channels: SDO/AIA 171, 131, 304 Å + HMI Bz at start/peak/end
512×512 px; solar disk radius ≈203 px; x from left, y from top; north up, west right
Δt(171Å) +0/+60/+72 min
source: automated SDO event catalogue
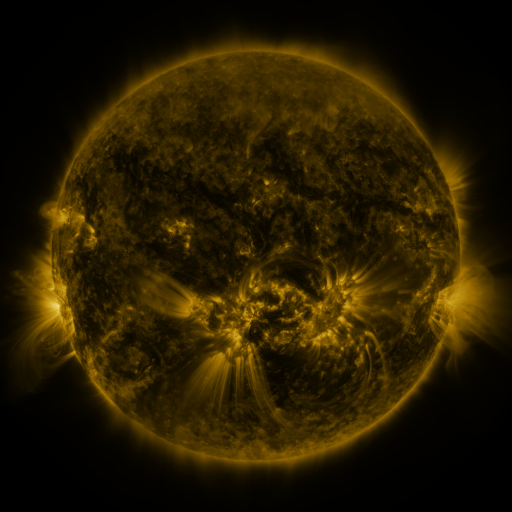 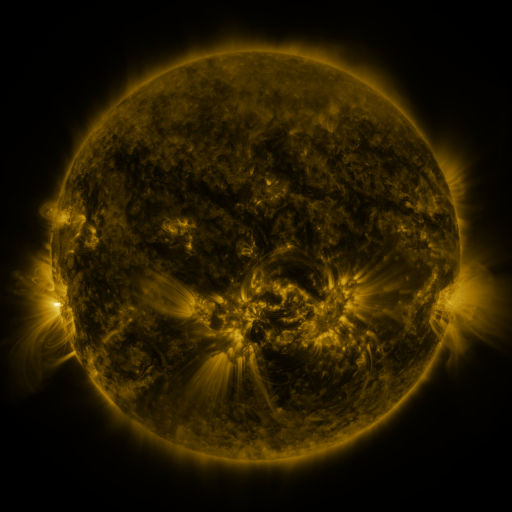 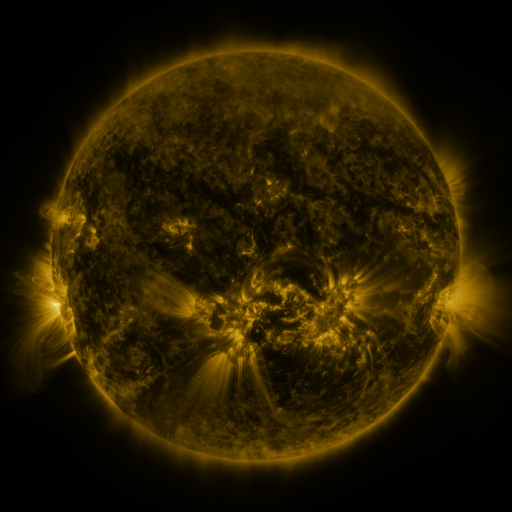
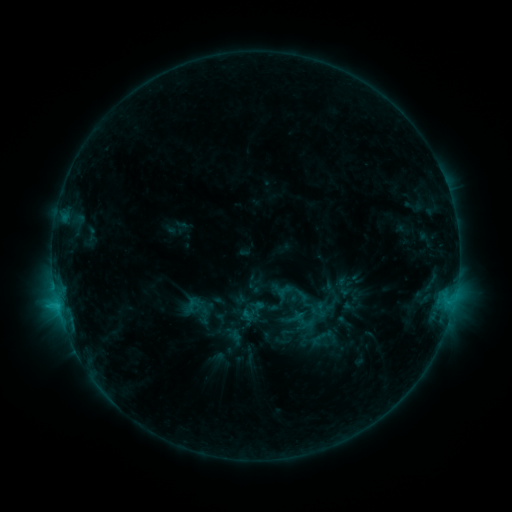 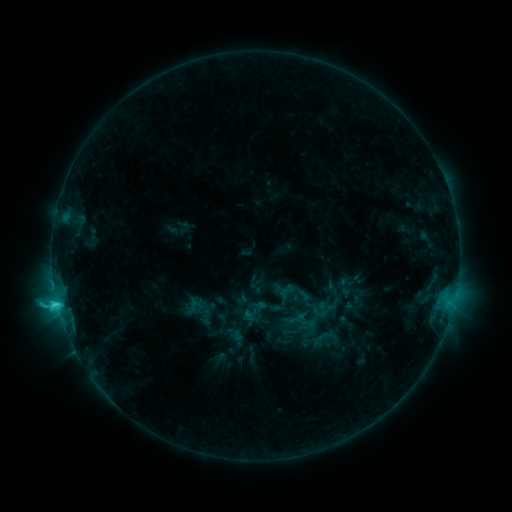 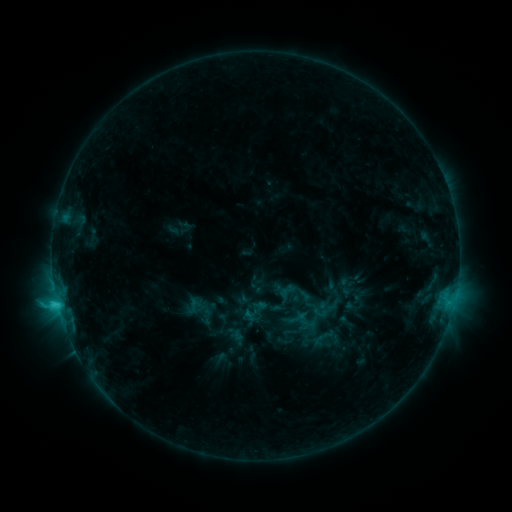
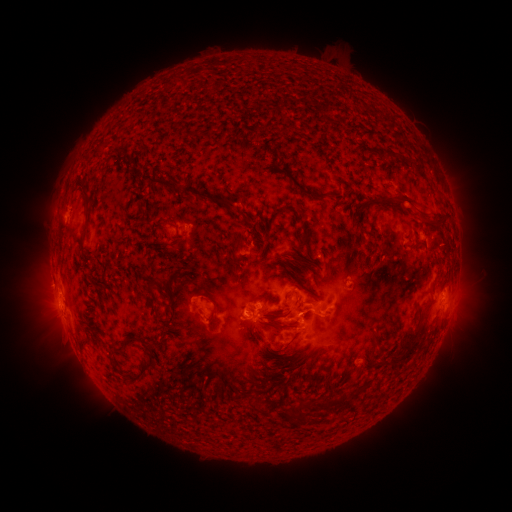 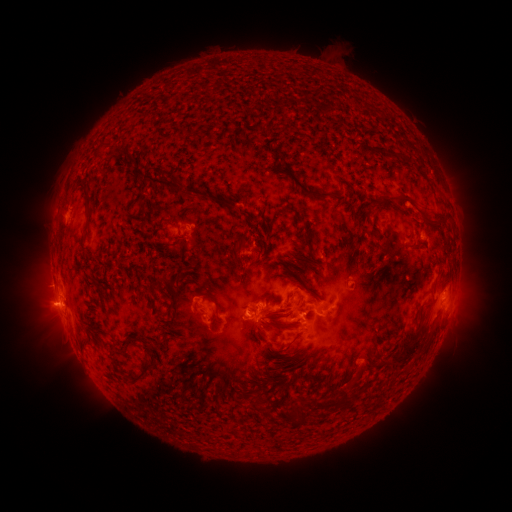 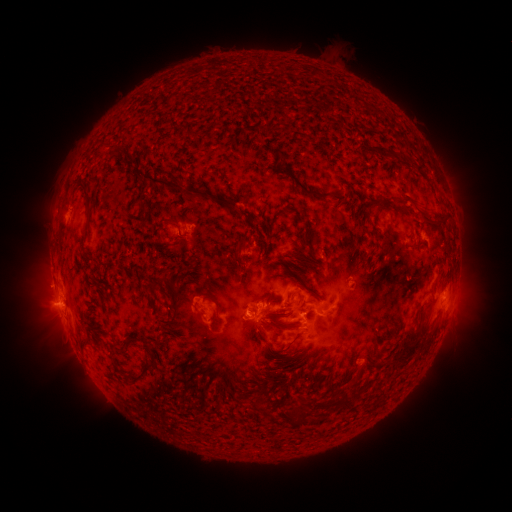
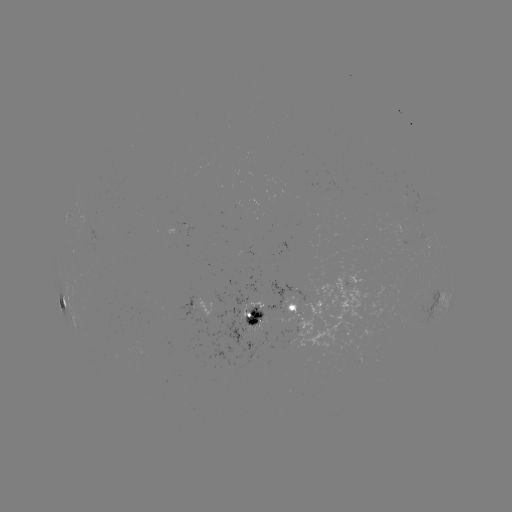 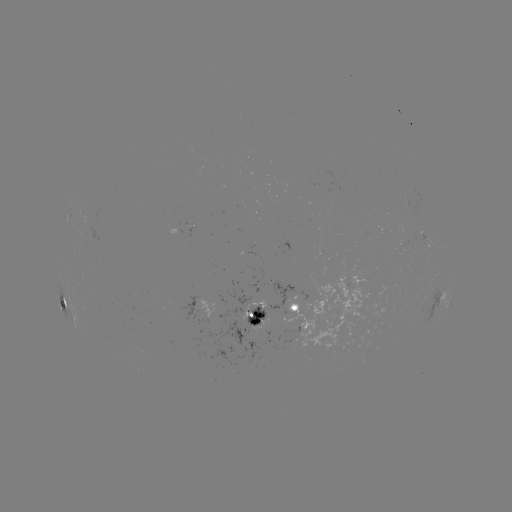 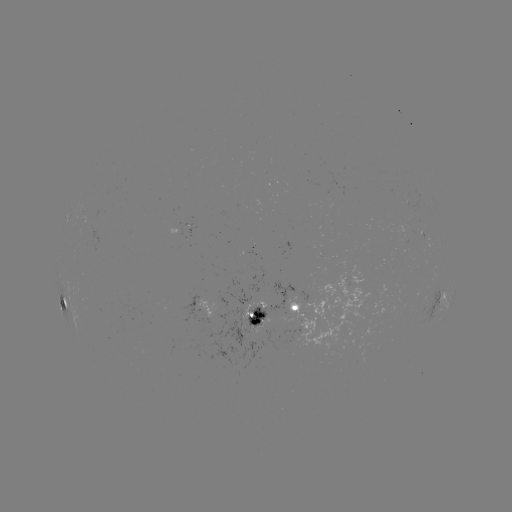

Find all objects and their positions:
emerging-flux region: (310, 325)
